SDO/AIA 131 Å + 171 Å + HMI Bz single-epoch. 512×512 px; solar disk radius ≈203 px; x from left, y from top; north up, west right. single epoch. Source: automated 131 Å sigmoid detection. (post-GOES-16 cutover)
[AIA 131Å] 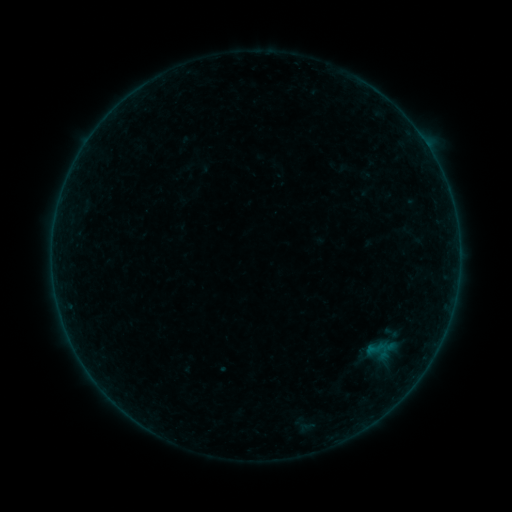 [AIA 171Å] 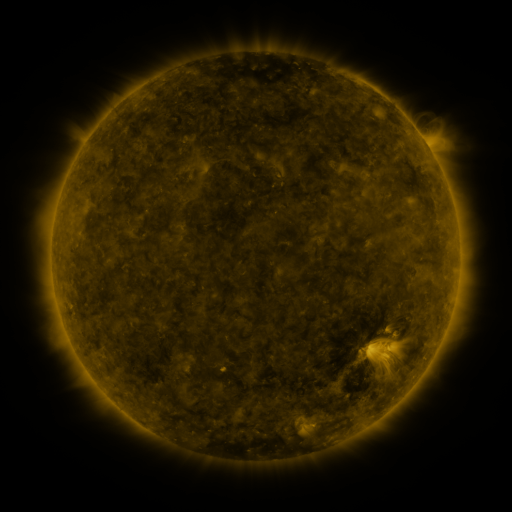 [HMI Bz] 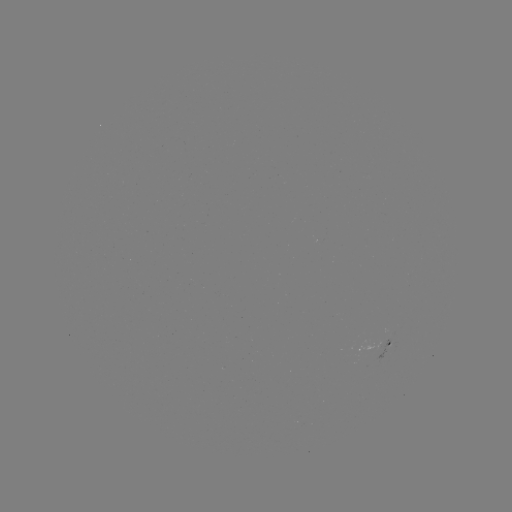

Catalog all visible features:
sigmoid: [382, 324, 400, 342]
